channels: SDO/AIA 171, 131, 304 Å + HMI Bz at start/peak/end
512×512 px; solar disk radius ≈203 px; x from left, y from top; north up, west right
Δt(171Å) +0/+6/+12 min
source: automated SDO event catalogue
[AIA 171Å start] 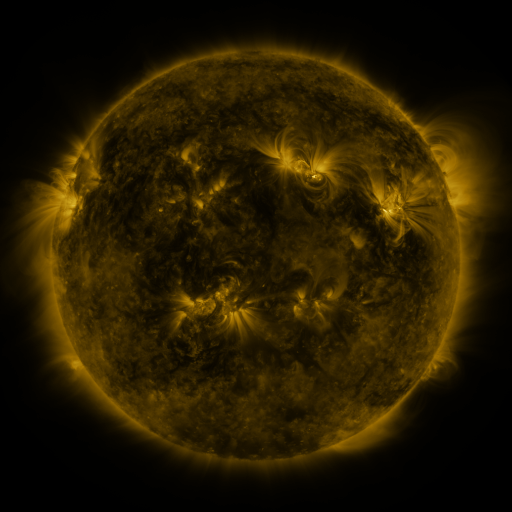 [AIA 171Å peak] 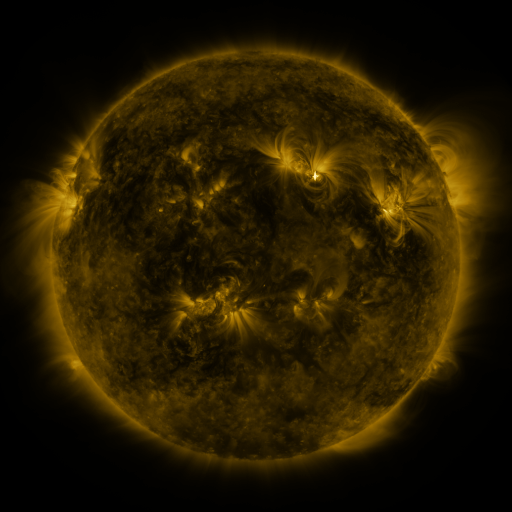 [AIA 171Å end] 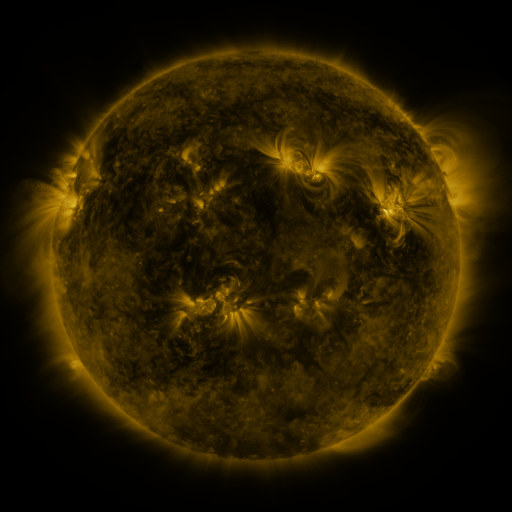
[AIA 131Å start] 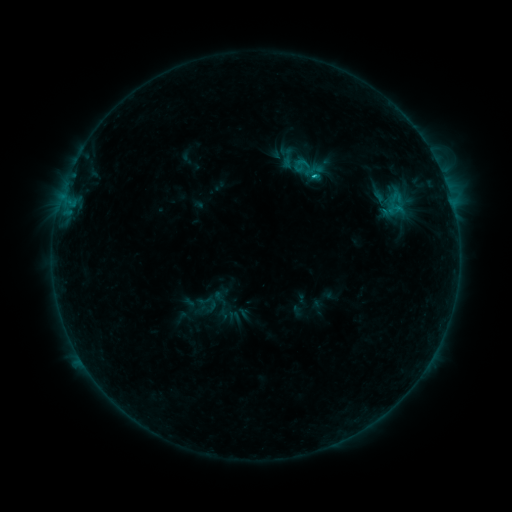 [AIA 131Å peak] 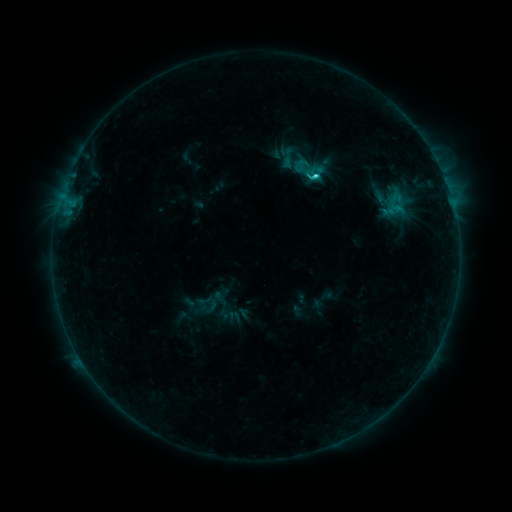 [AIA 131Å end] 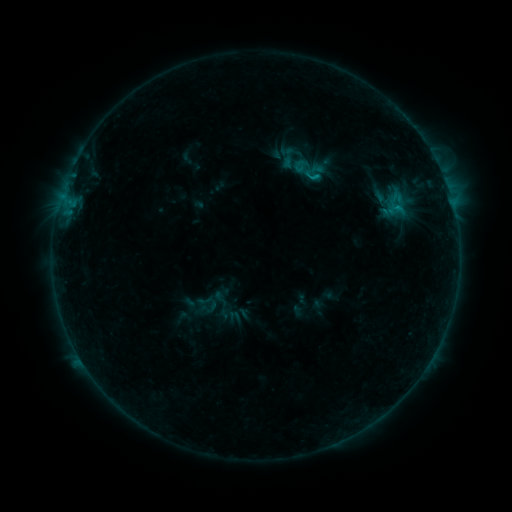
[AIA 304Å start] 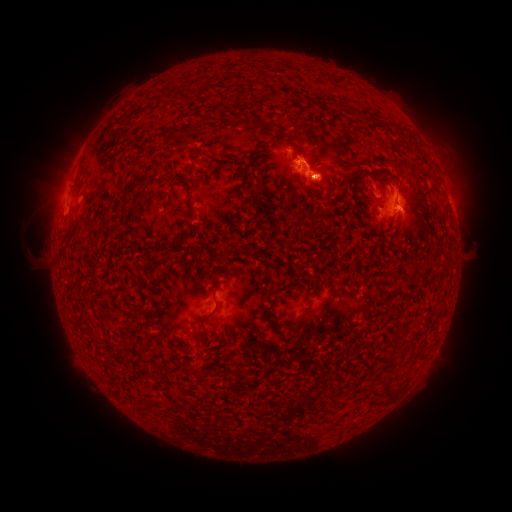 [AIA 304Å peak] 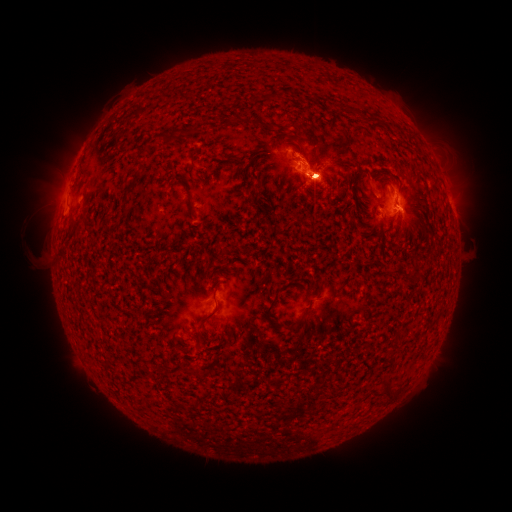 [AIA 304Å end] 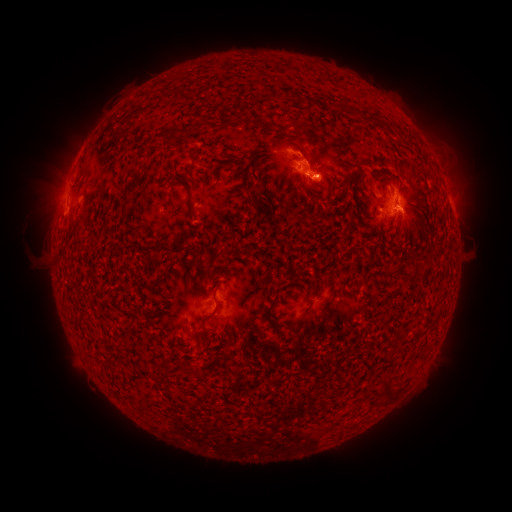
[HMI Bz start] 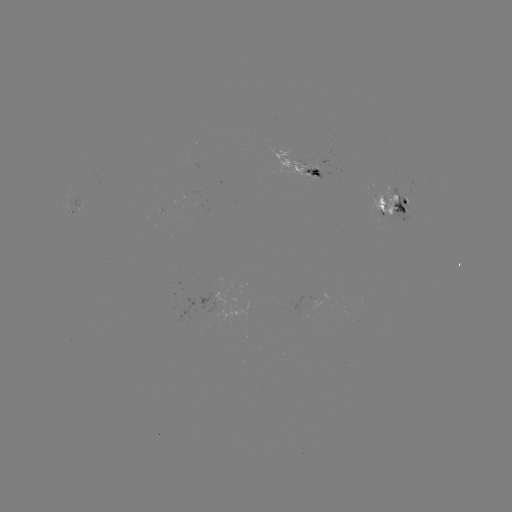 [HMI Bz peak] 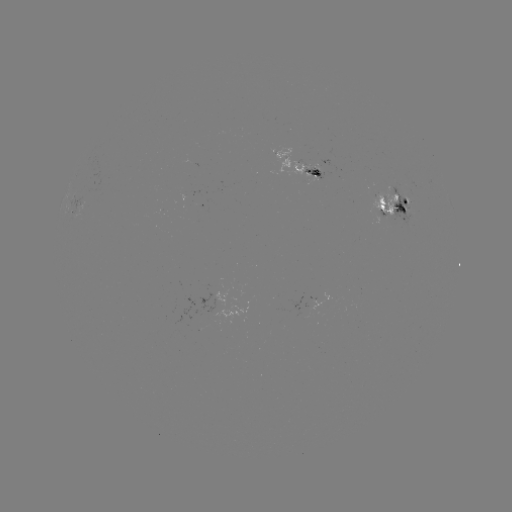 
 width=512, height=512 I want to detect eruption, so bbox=[16, 118, 102, 241].